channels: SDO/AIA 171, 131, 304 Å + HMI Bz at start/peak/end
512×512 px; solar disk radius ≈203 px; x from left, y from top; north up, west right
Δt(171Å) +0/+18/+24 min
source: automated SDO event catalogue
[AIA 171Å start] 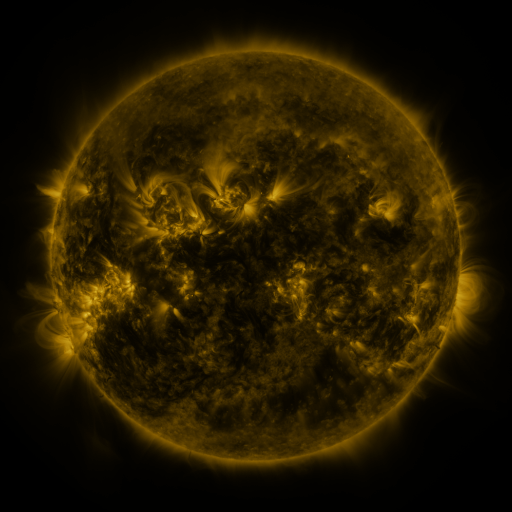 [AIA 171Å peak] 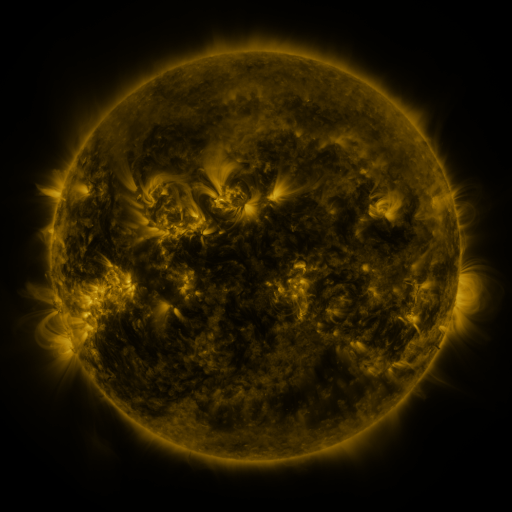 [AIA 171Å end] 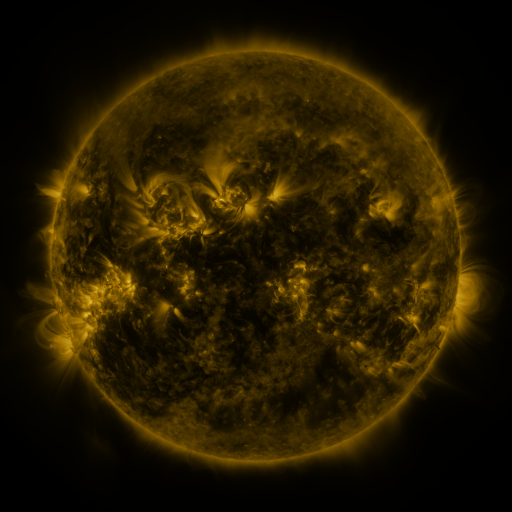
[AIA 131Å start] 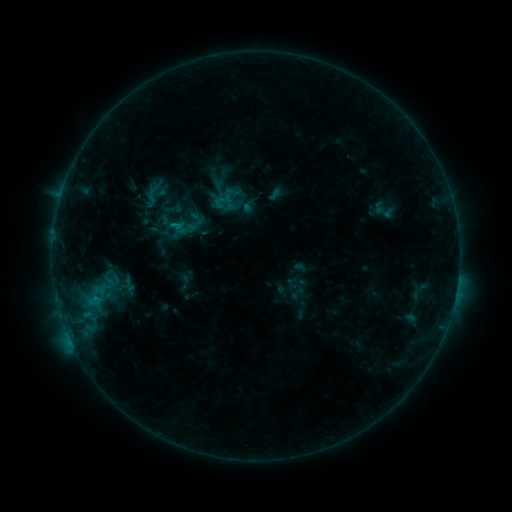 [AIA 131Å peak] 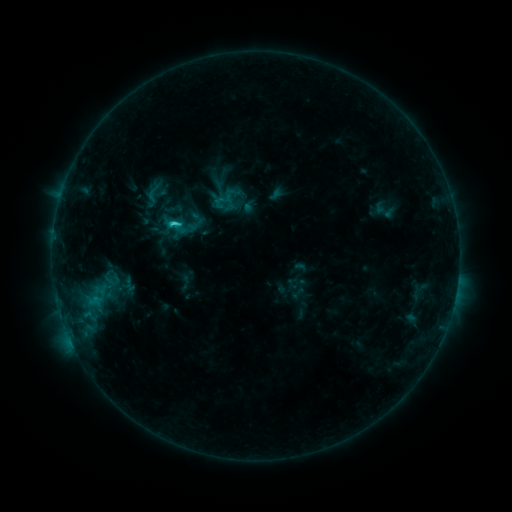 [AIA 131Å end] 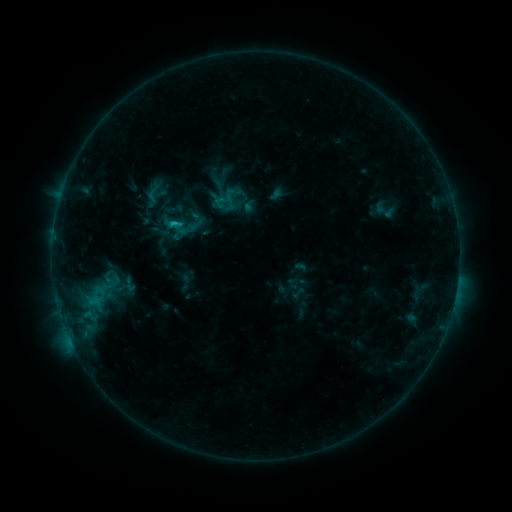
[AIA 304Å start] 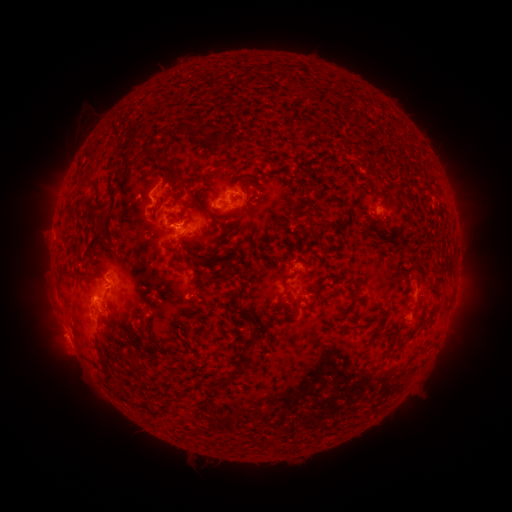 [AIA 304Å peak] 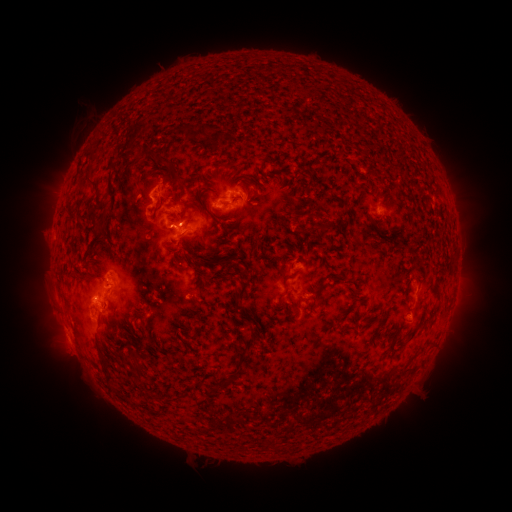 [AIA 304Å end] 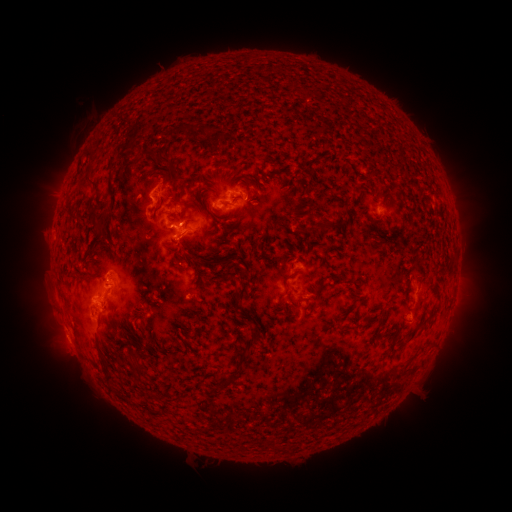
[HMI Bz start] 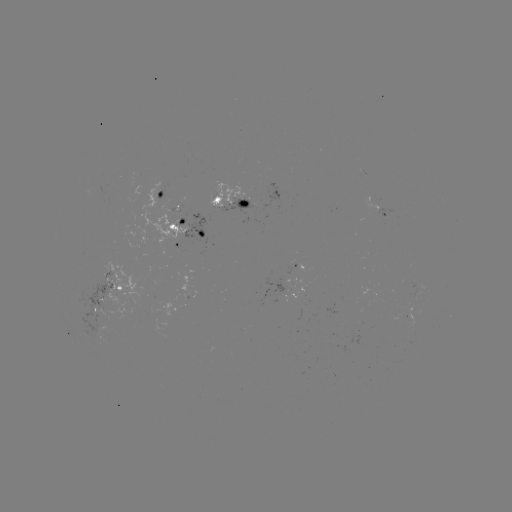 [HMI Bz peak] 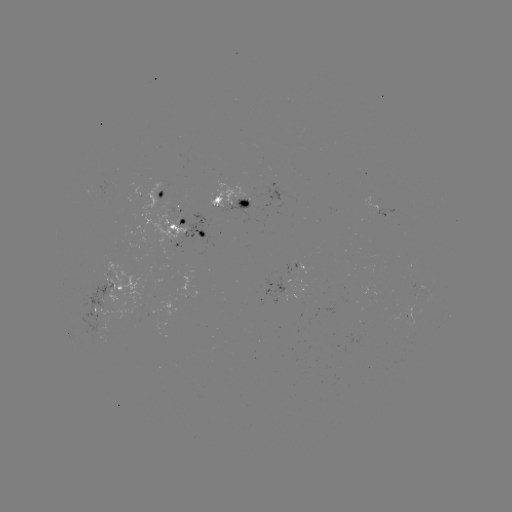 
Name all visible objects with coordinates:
C1.8 flare: (176, 227)
